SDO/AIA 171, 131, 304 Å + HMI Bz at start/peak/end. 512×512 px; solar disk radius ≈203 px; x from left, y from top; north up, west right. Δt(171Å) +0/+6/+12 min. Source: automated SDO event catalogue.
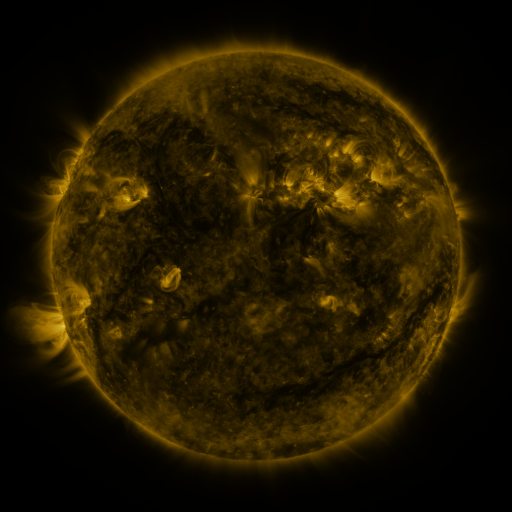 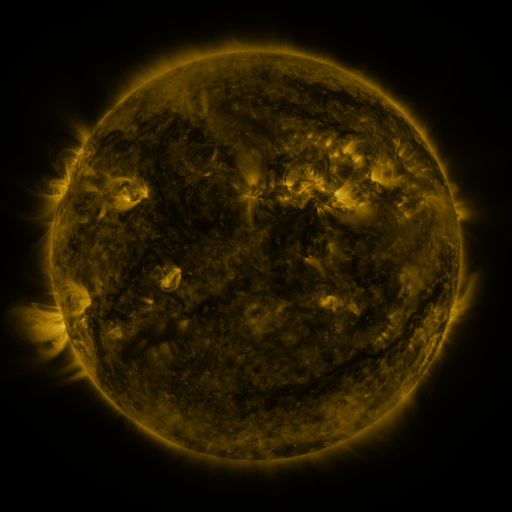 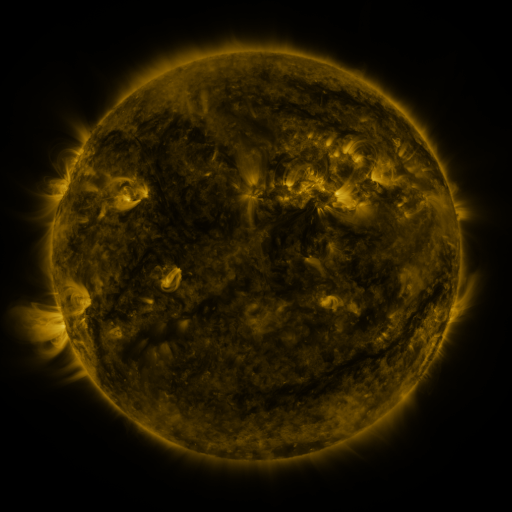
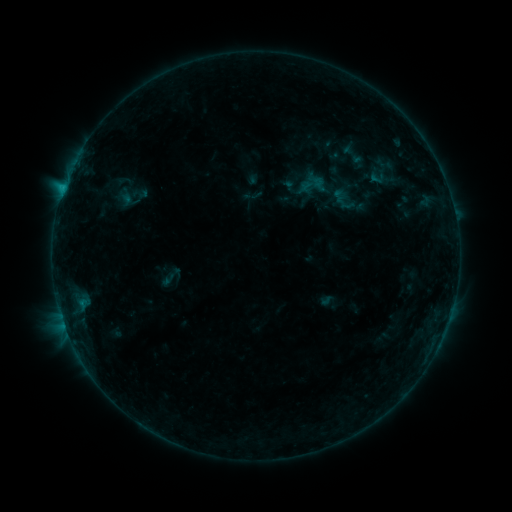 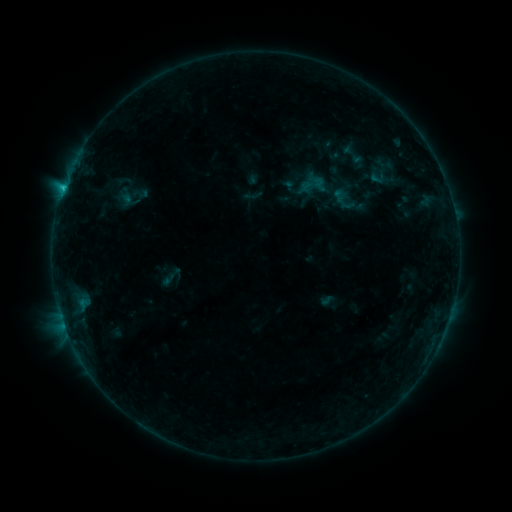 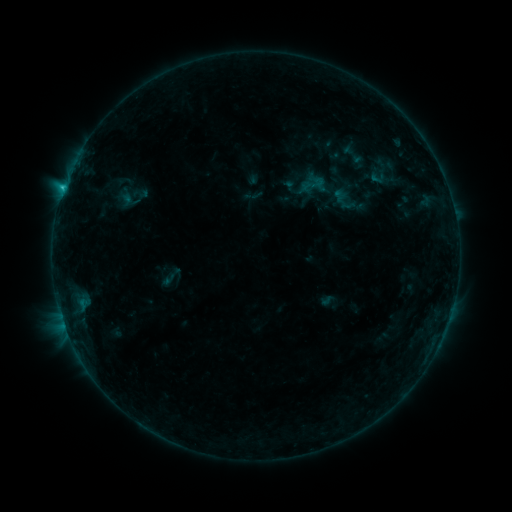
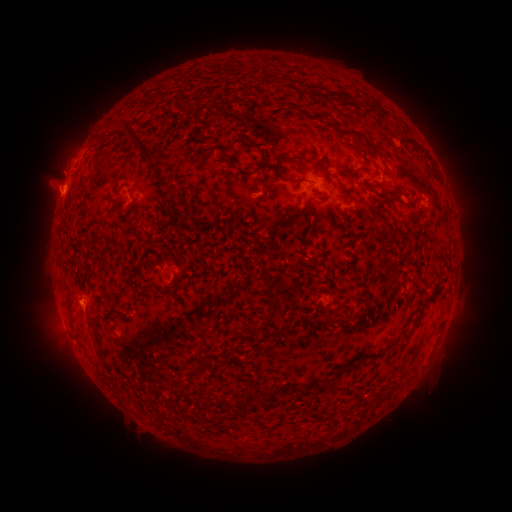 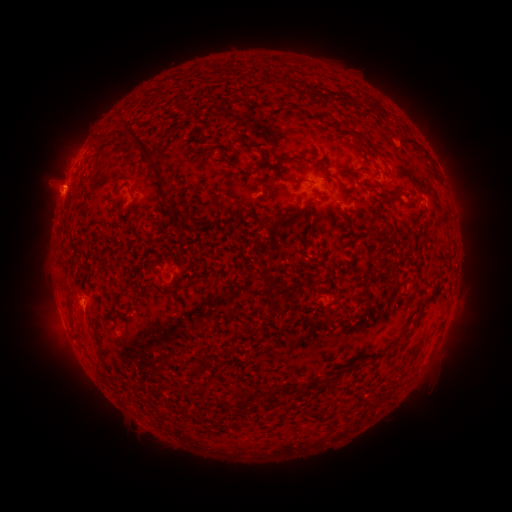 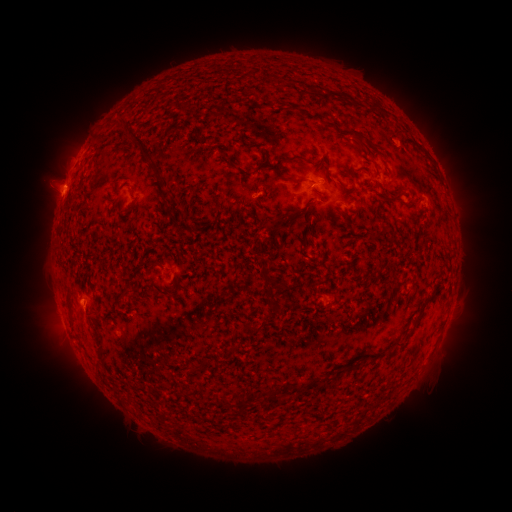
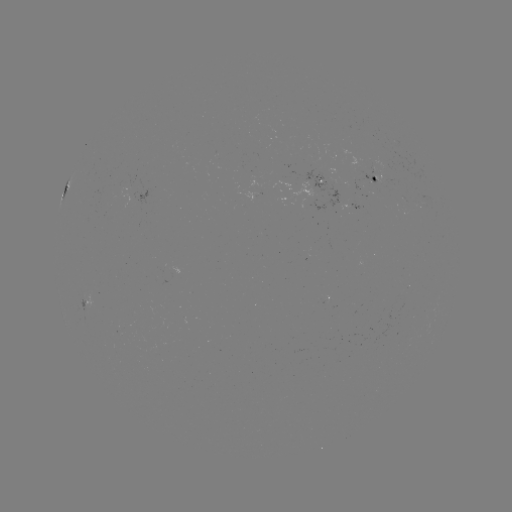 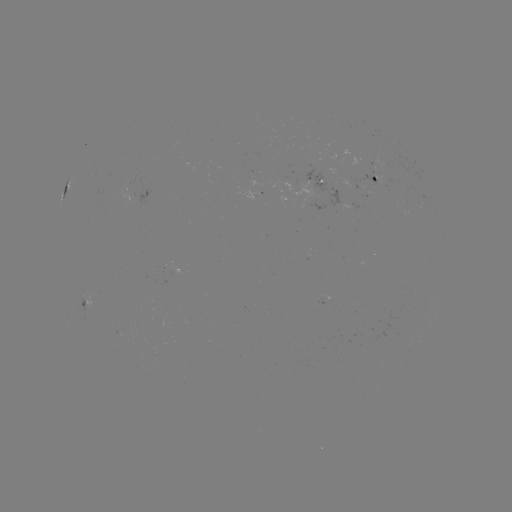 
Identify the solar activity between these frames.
C1.2 flare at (64, 189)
